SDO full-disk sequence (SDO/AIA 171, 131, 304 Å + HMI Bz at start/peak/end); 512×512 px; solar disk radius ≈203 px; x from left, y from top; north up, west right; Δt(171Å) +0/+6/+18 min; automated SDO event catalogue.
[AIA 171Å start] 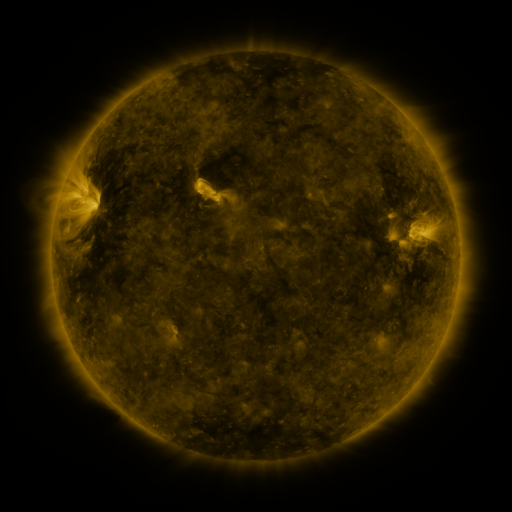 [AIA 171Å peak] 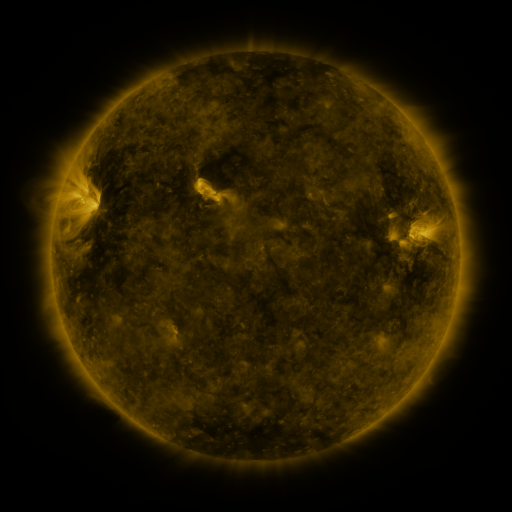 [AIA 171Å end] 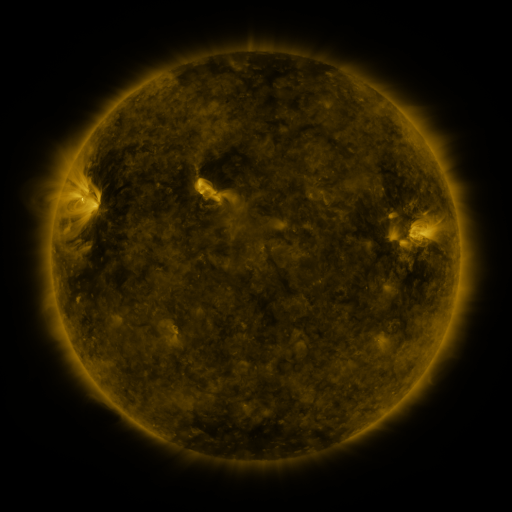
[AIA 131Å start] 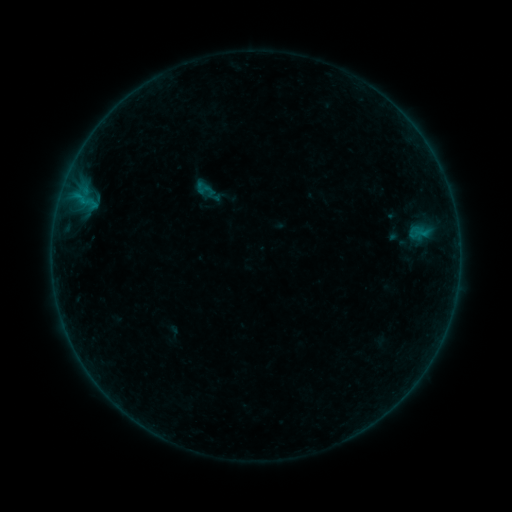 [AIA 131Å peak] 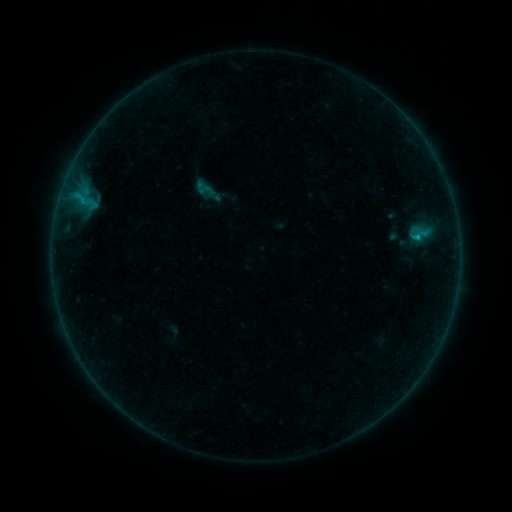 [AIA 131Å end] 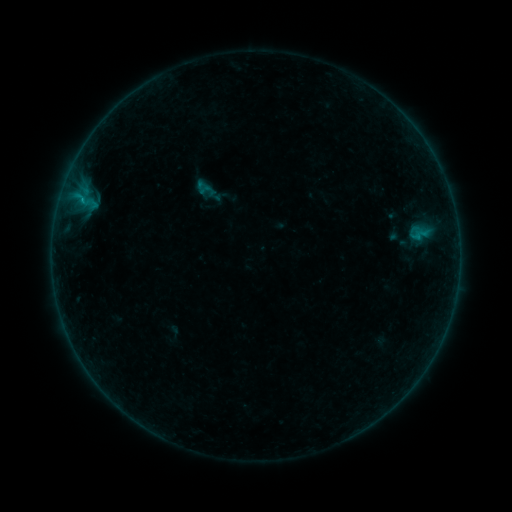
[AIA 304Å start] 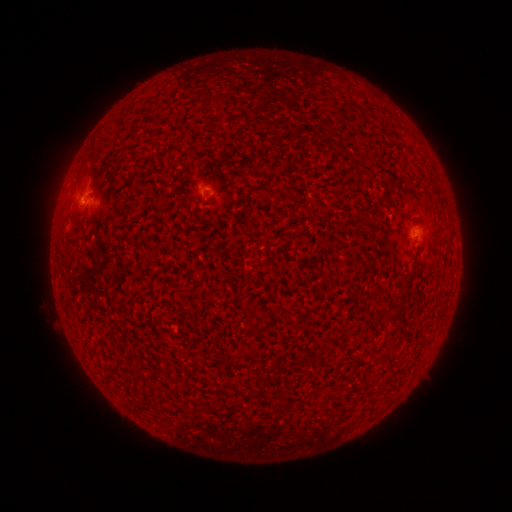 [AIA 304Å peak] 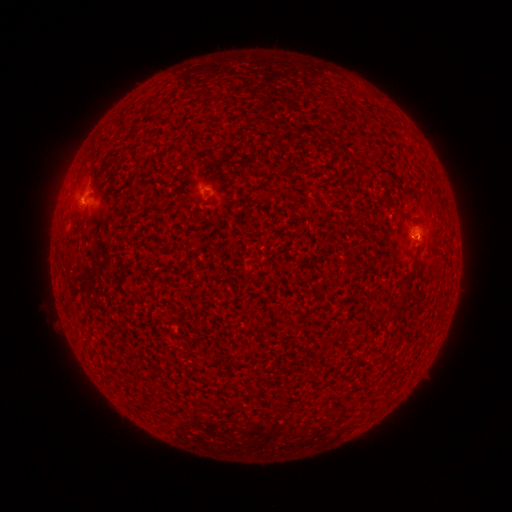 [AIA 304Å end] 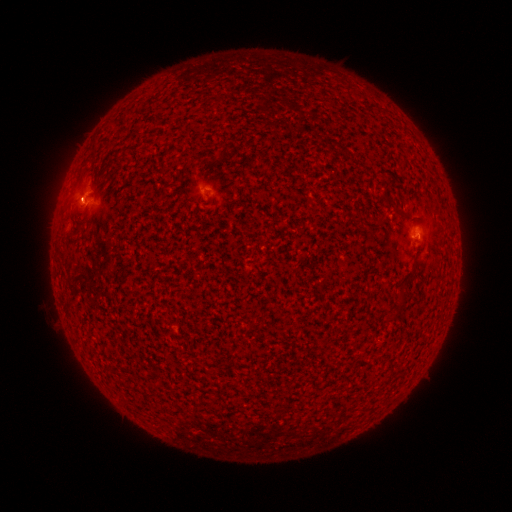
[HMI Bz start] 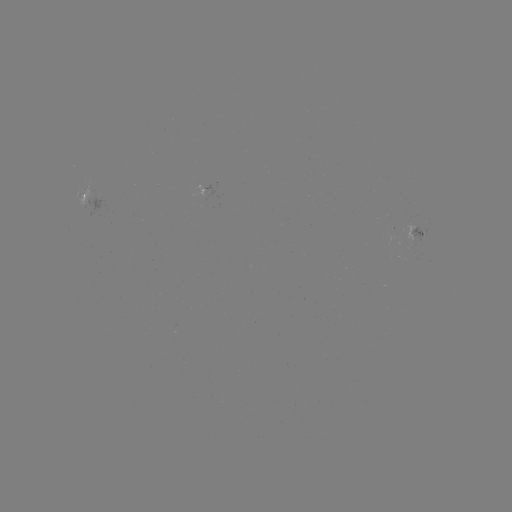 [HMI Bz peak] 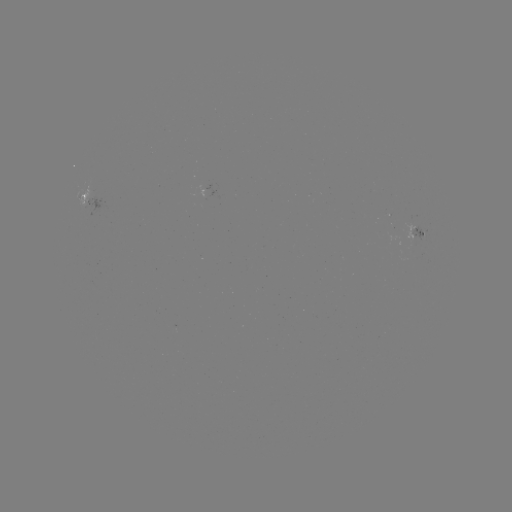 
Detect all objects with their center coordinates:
B3.7 flare: (416, 238)
